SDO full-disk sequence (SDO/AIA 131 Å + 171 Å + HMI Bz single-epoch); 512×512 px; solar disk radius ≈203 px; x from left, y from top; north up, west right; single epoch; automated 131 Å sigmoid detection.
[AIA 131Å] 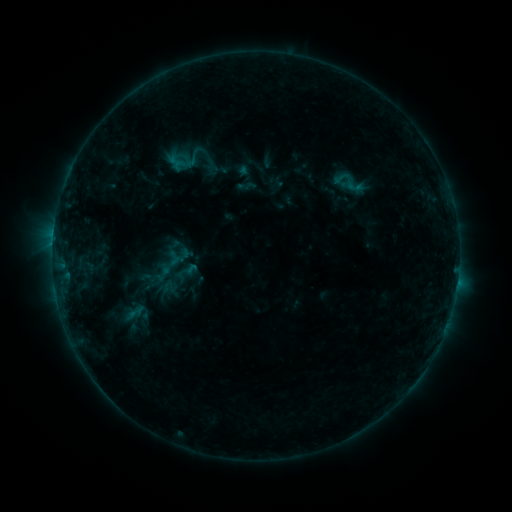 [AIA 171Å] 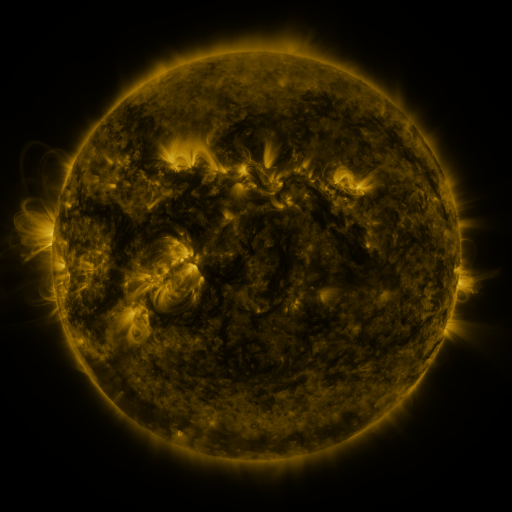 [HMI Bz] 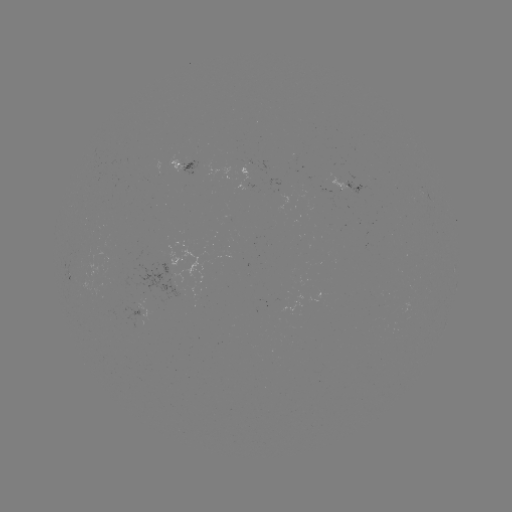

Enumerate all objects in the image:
sigmoid: (174, 258)
